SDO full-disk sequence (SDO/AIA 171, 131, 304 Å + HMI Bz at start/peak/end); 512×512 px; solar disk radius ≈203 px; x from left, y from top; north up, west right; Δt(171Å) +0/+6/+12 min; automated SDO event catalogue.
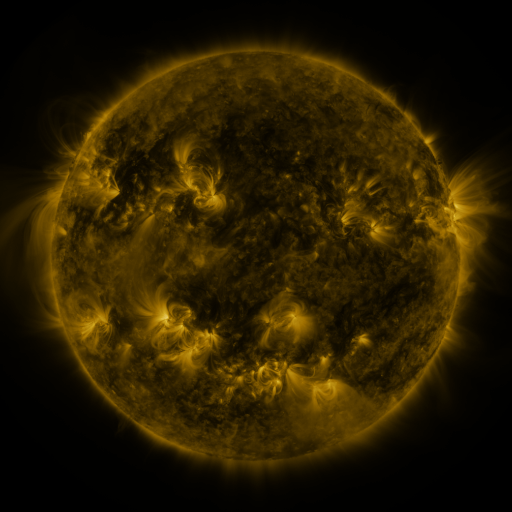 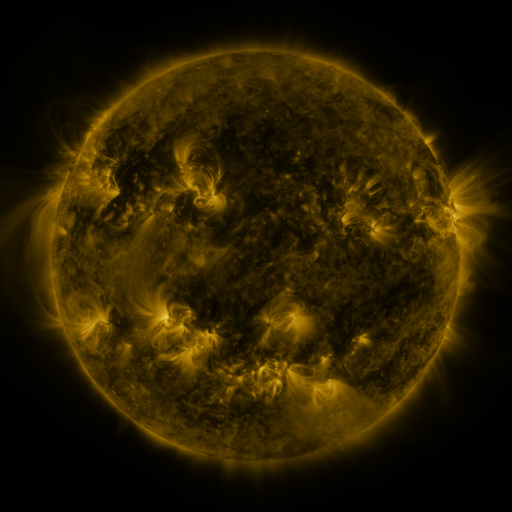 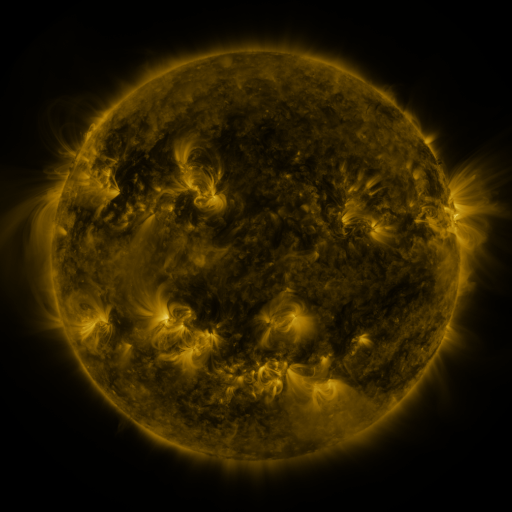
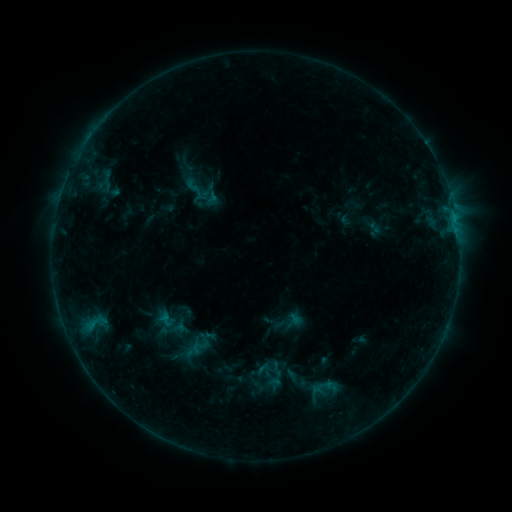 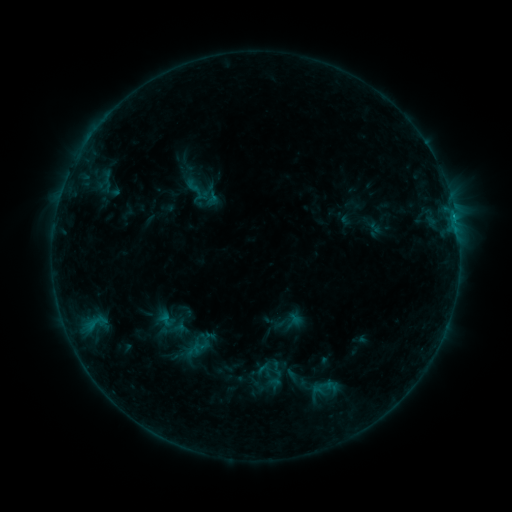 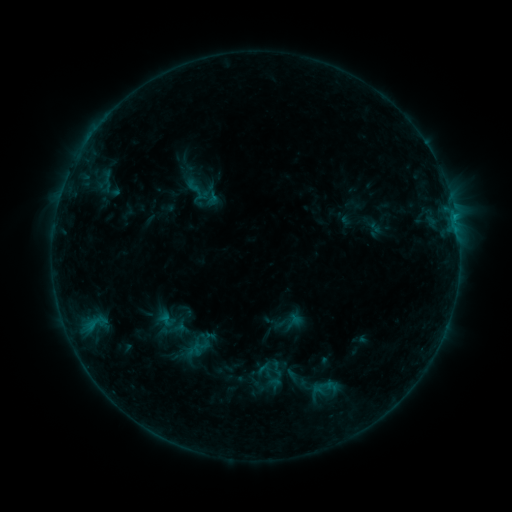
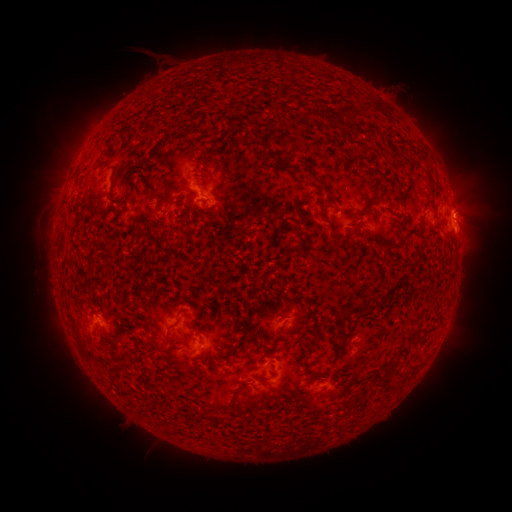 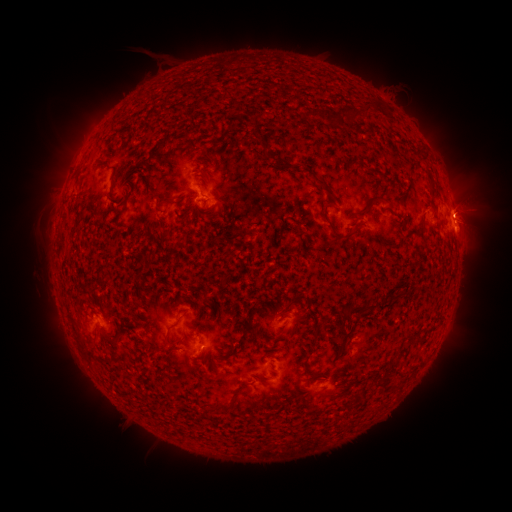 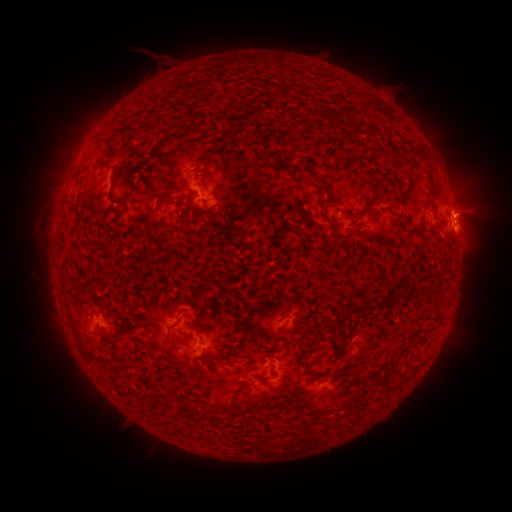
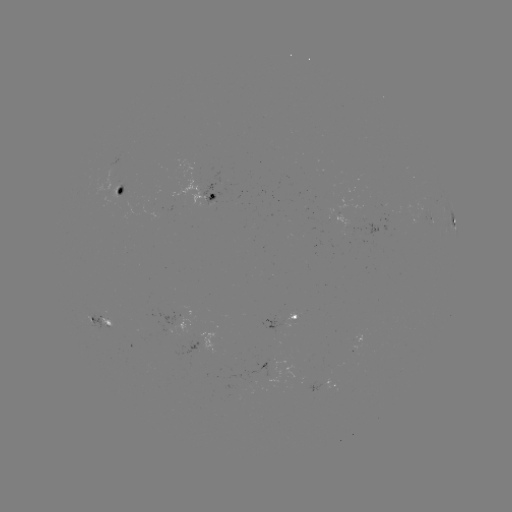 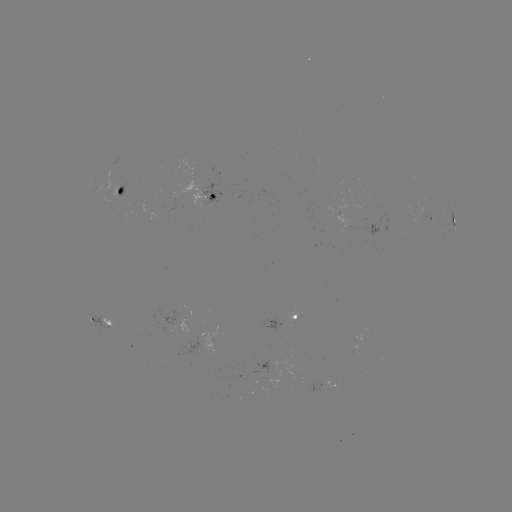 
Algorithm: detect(eruption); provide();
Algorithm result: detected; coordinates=[473, 207]